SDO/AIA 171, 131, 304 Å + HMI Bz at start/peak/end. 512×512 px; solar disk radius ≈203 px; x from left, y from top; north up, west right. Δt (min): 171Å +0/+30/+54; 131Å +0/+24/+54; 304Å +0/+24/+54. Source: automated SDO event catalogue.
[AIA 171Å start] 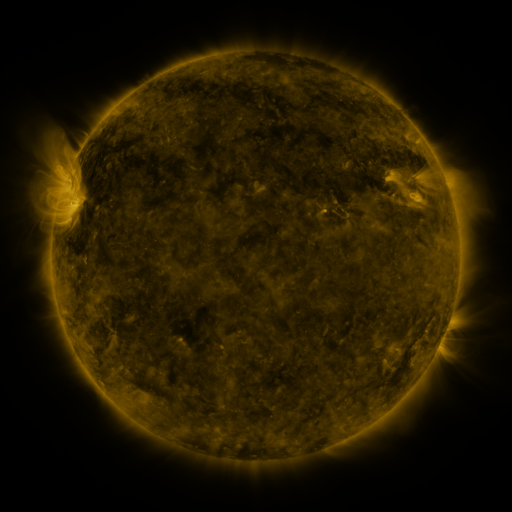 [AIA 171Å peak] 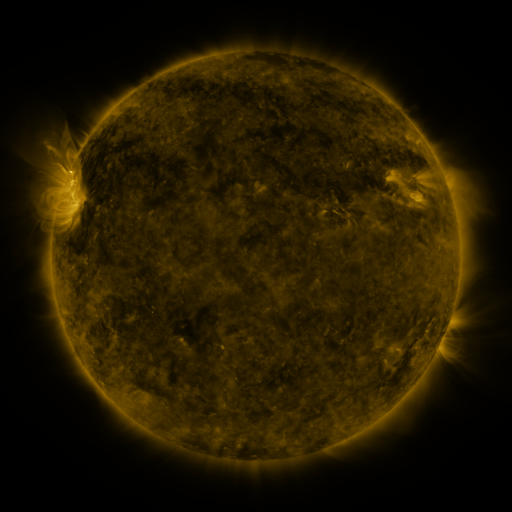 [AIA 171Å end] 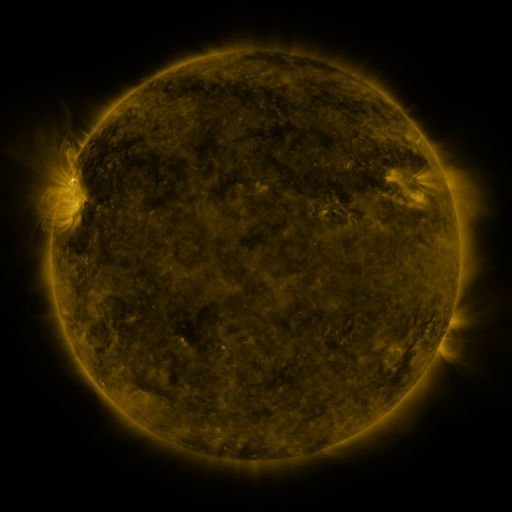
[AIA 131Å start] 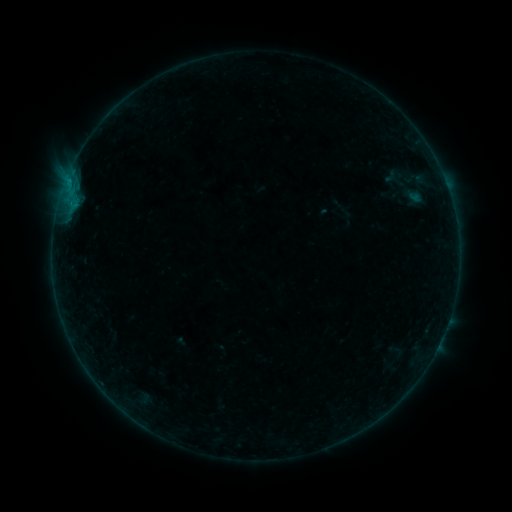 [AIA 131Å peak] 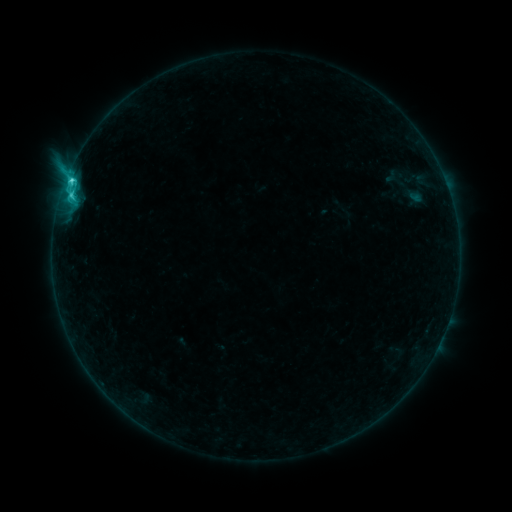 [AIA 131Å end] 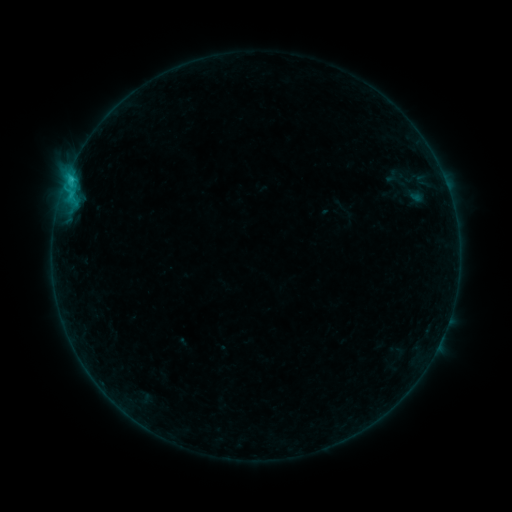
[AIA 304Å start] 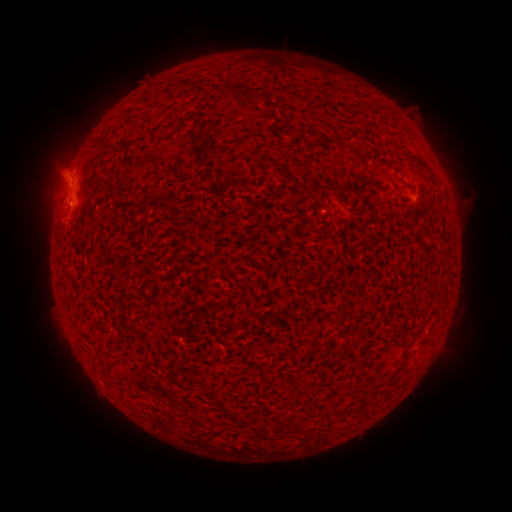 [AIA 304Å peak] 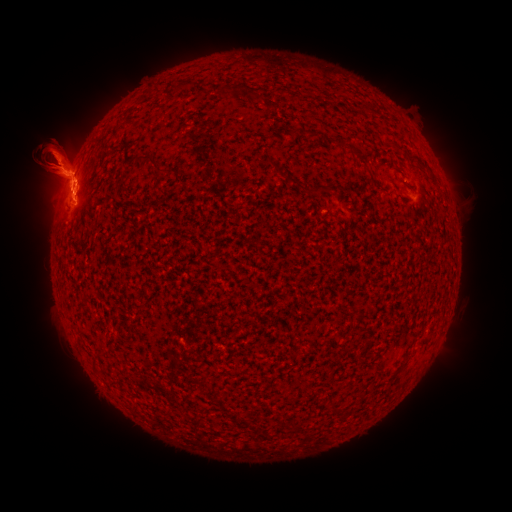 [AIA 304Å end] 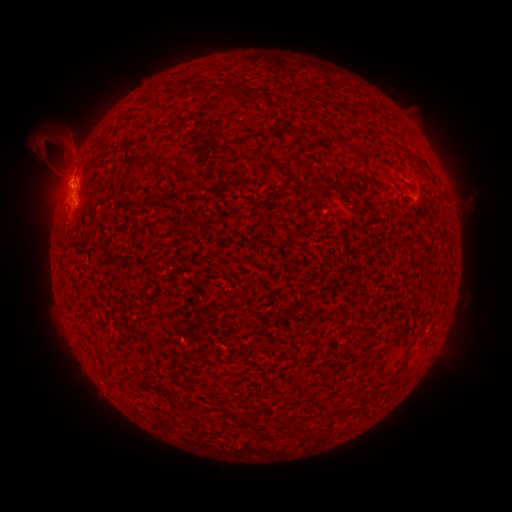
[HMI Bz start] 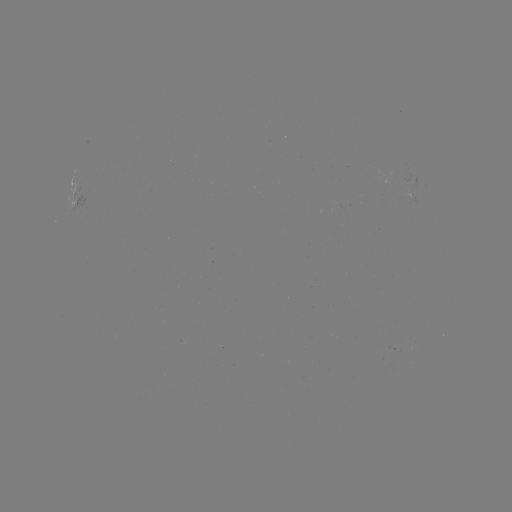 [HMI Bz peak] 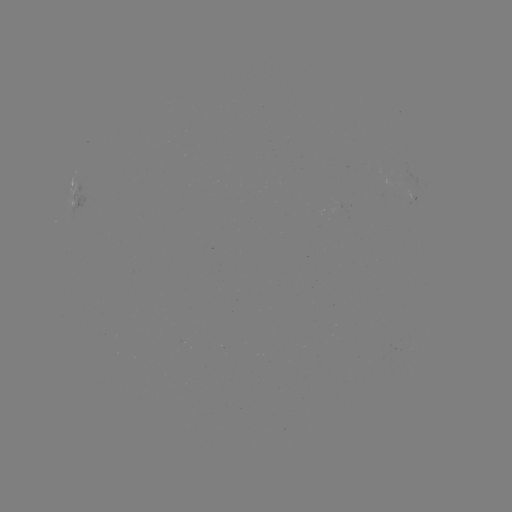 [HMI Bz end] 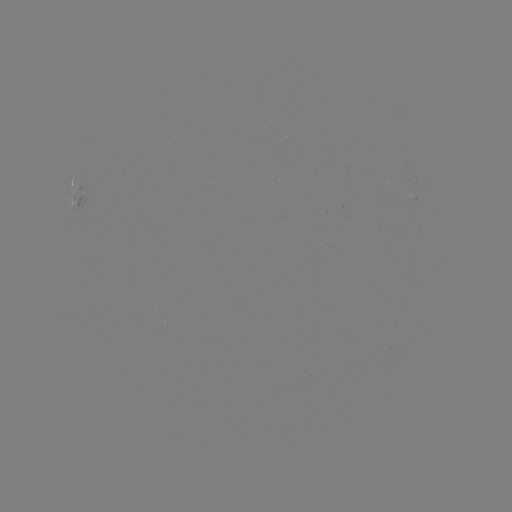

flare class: C3.4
